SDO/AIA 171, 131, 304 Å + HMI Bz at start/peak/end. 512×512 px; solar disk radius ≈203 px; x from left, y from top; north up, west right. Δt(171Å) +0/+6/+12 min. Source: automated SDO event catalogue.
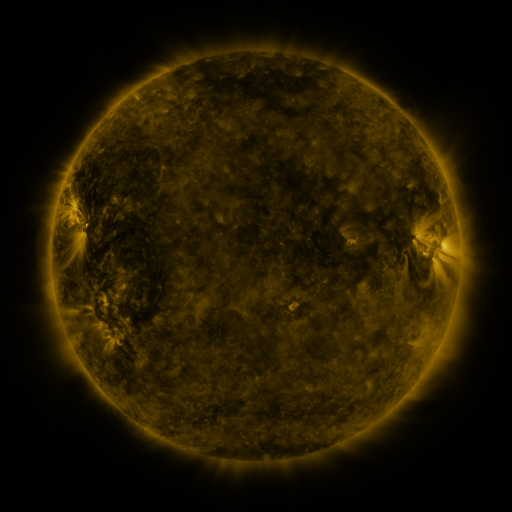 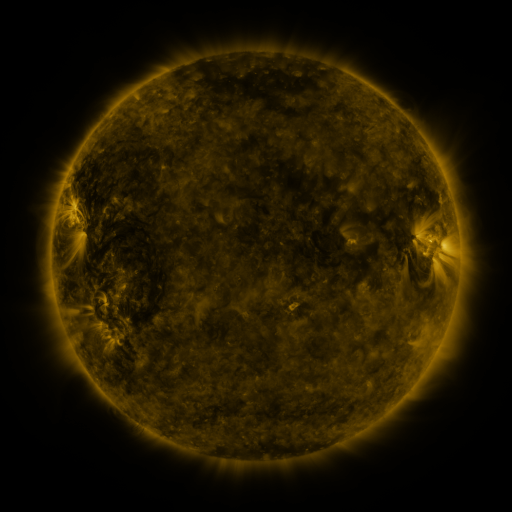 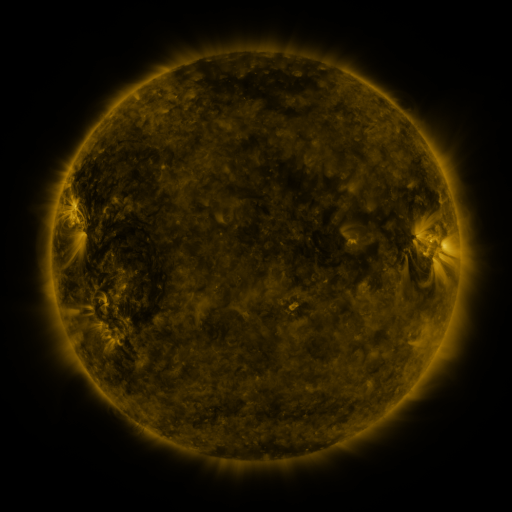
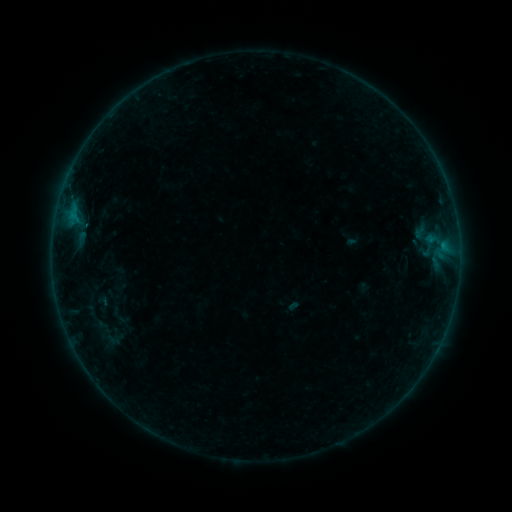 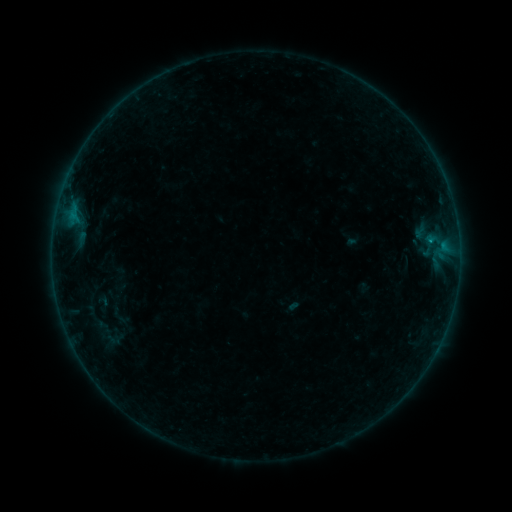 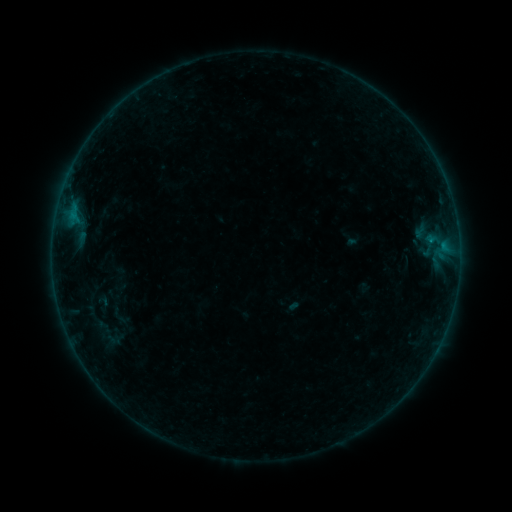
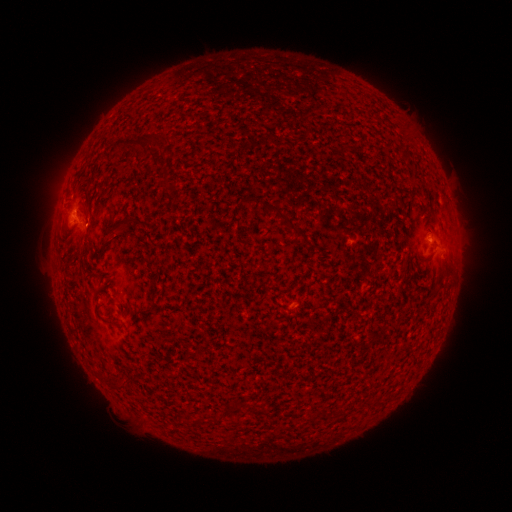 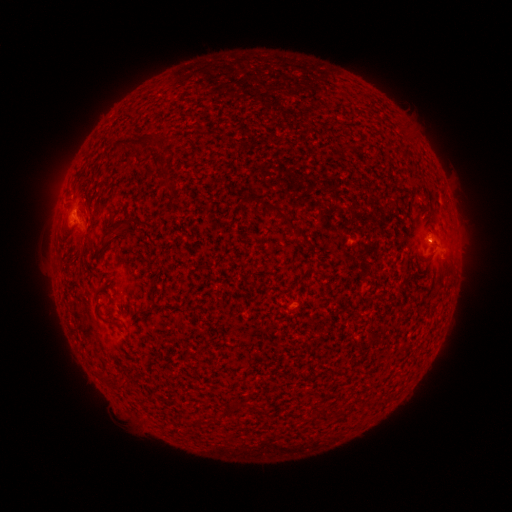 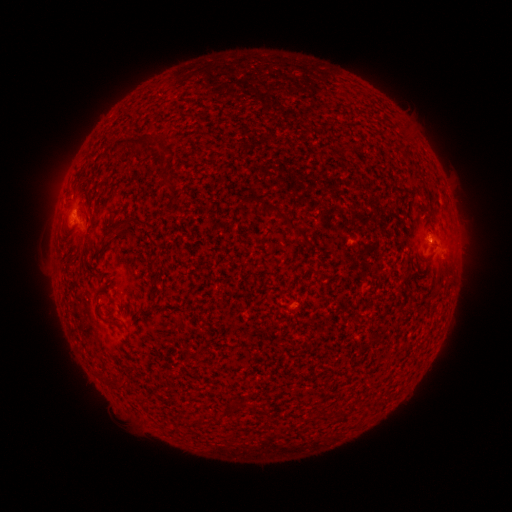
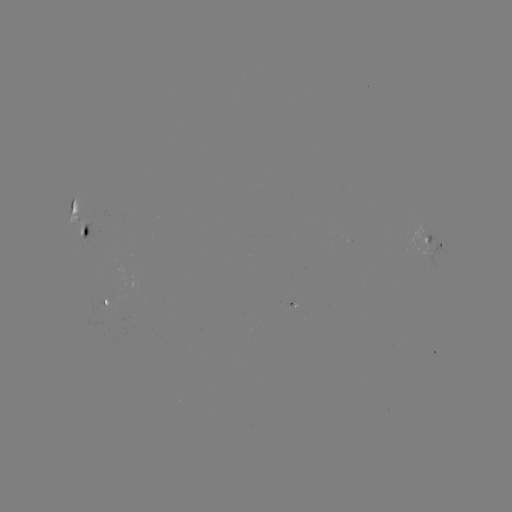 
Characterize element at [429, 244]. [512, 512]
B2.5 flare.